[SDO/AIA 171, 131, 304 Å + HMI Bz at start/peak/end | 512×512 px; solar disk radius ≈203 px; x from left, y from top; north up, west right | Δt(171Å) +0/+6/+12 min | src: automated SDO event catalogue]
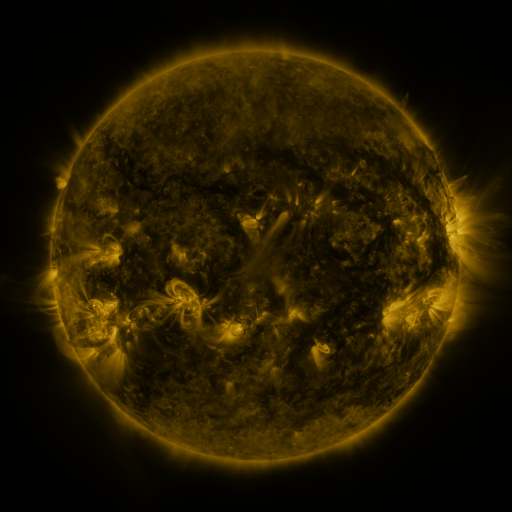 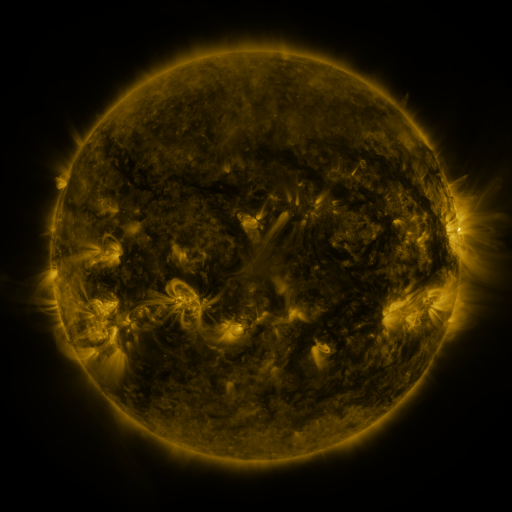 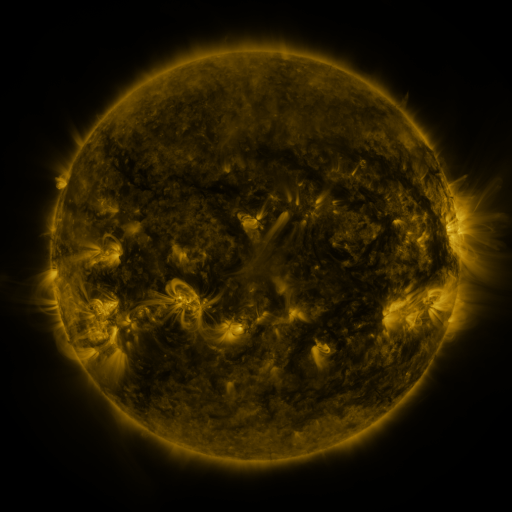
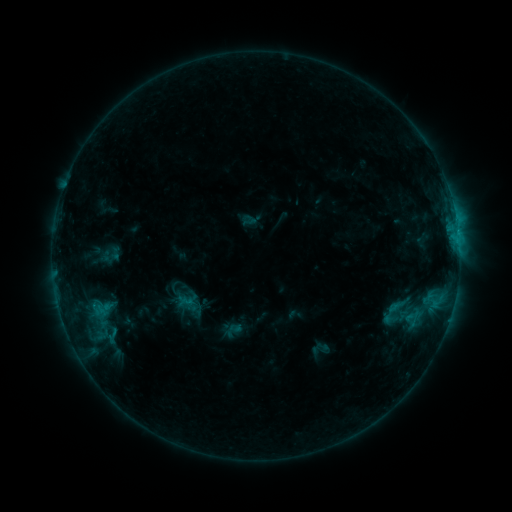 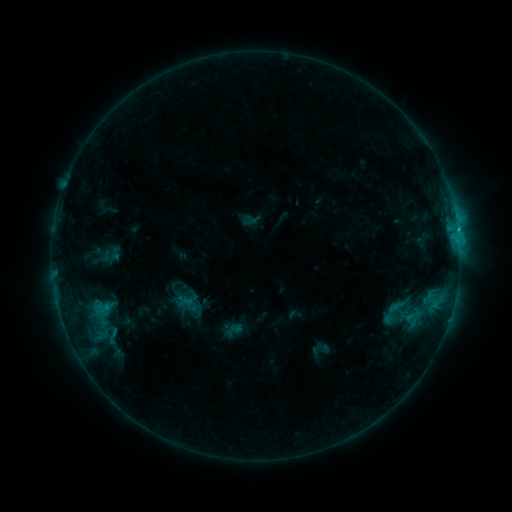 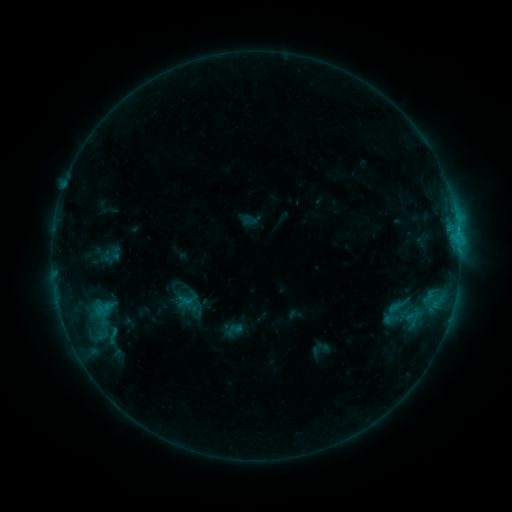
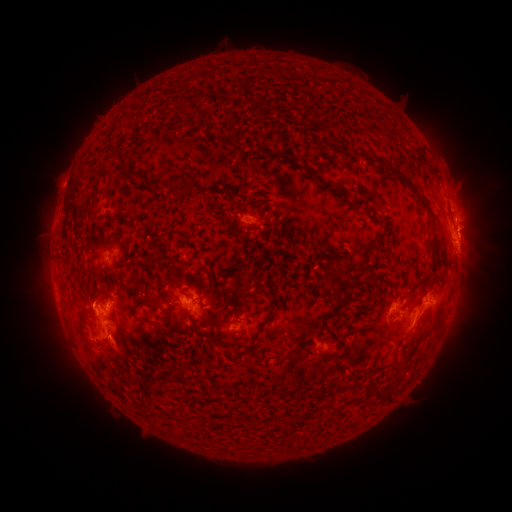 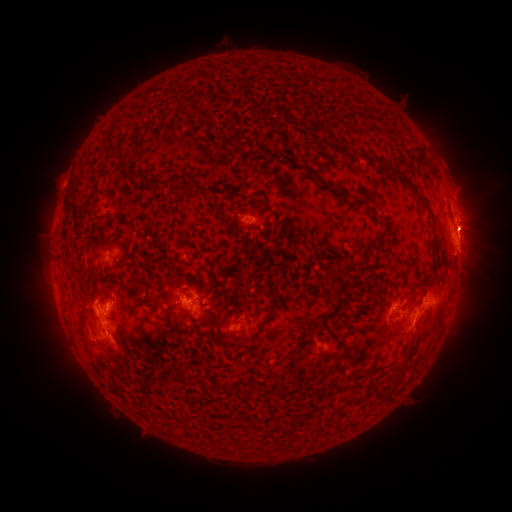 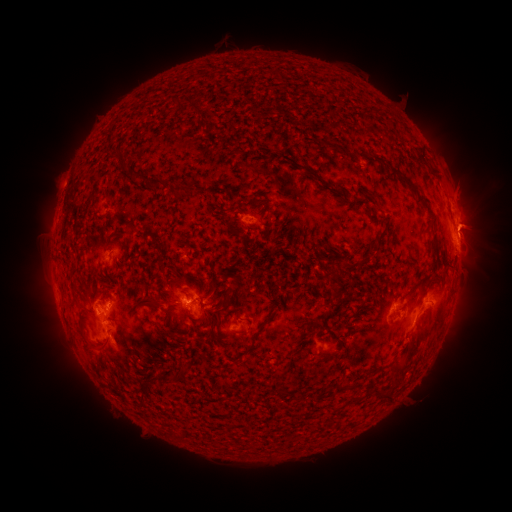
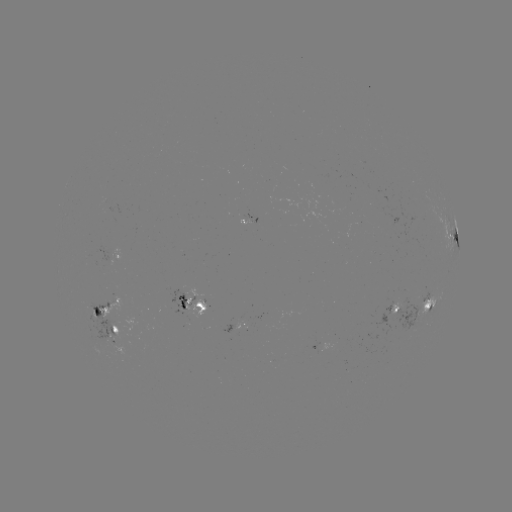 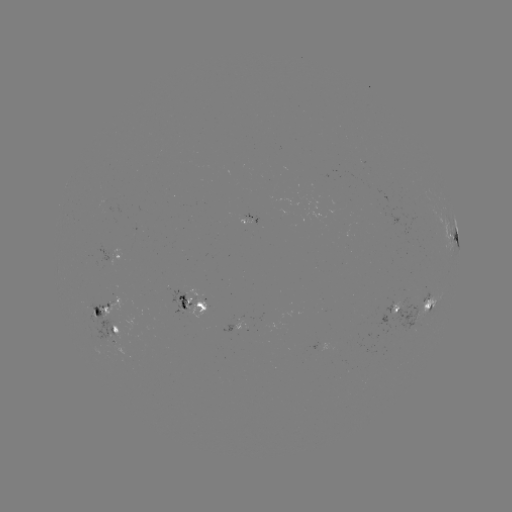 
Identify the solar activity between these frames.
eruption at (474, 222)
